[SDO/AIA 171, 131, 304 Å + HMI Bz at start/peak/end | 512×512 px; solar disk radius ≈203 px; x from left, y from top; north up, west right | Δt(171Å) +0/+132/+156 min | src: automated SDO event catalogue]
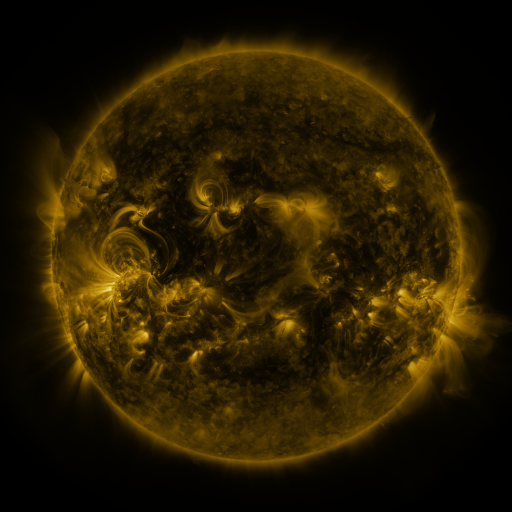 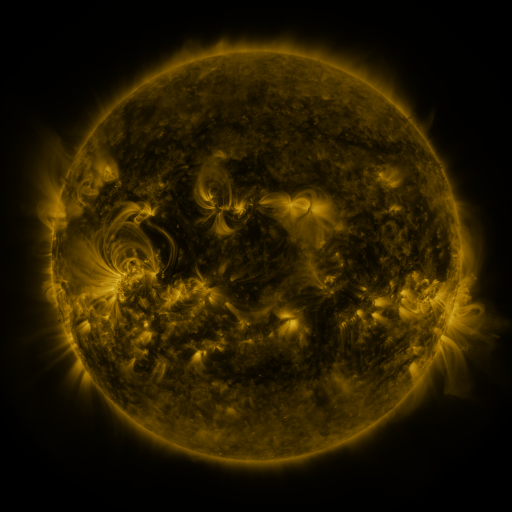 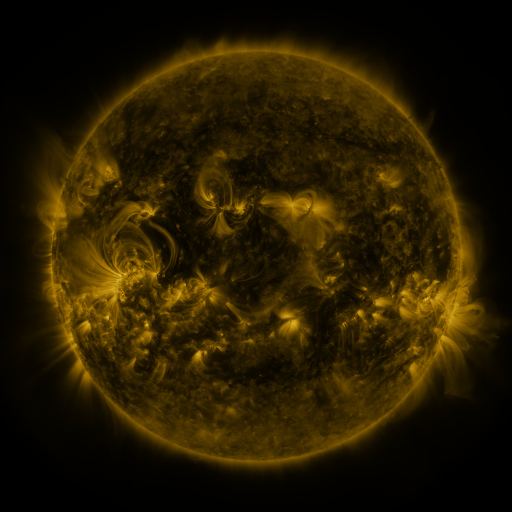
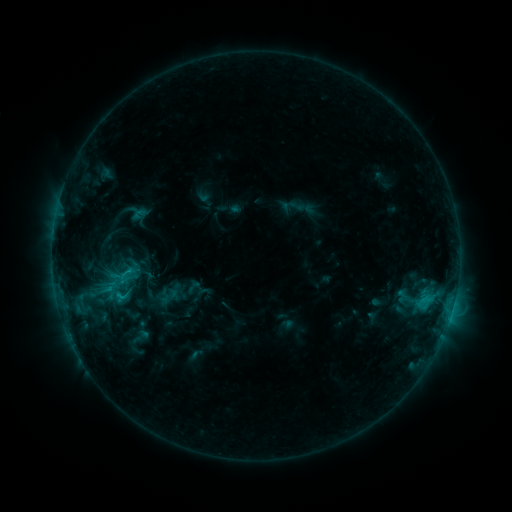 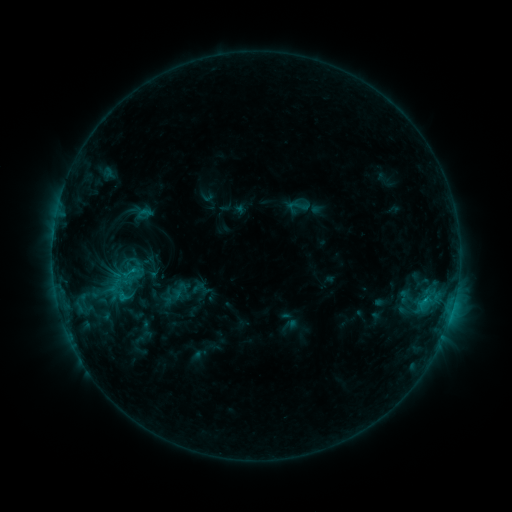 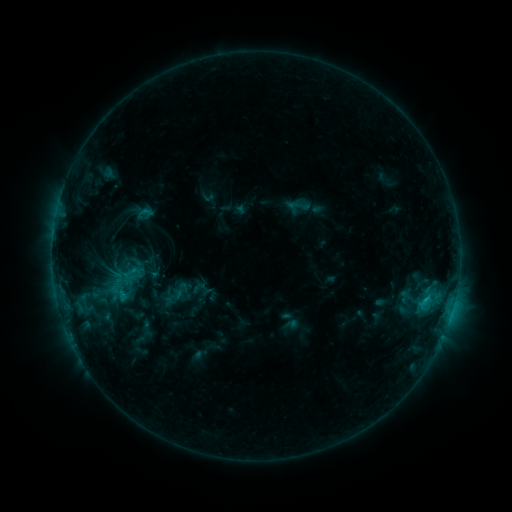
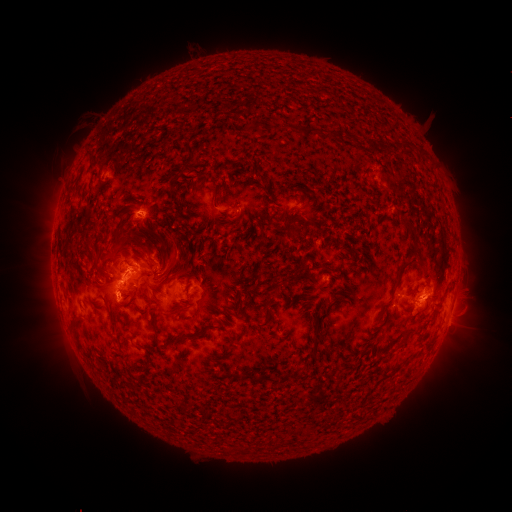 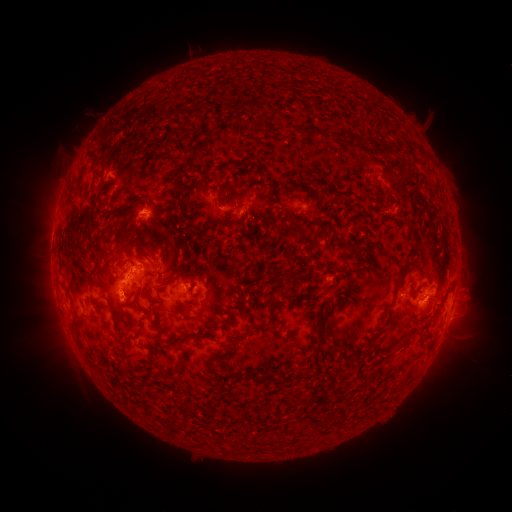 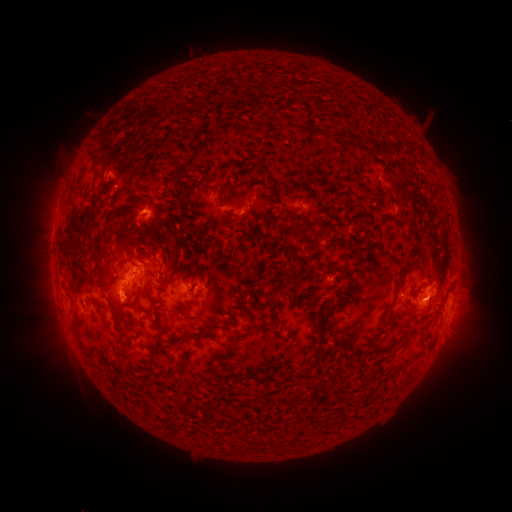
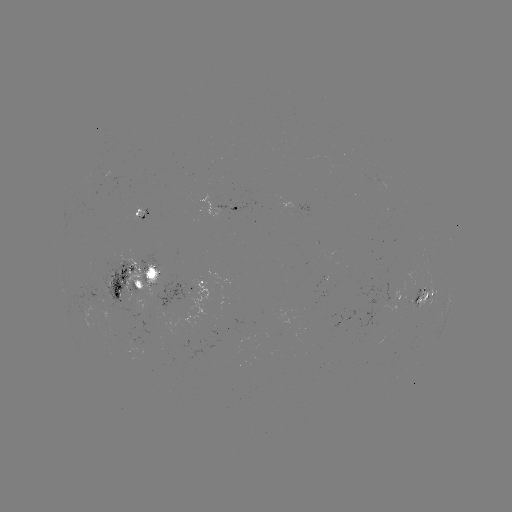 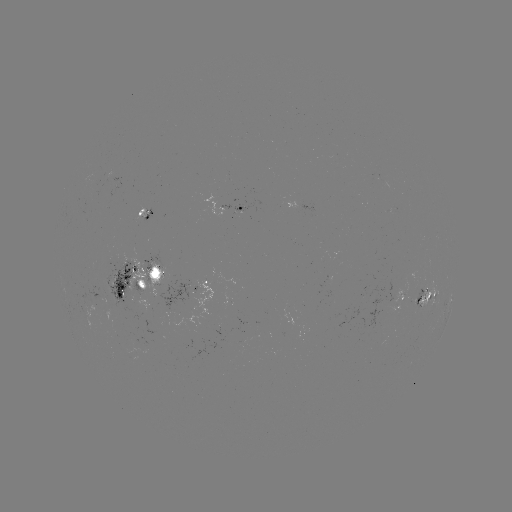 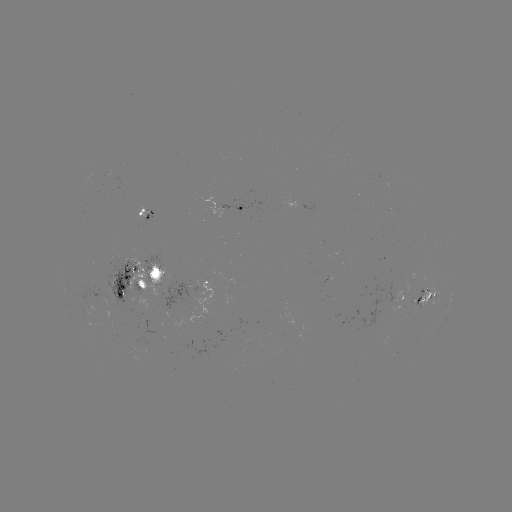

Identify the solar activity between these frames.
emerging-flux region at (417, 303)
